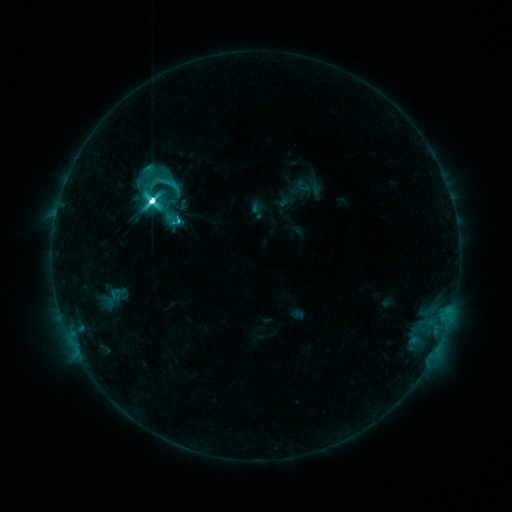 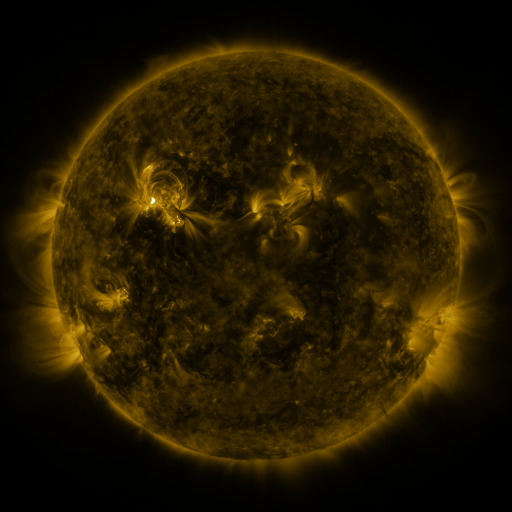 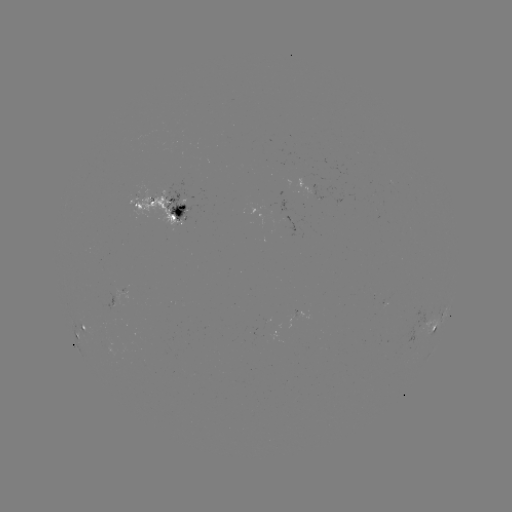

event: sigmoid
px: (166, 183)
